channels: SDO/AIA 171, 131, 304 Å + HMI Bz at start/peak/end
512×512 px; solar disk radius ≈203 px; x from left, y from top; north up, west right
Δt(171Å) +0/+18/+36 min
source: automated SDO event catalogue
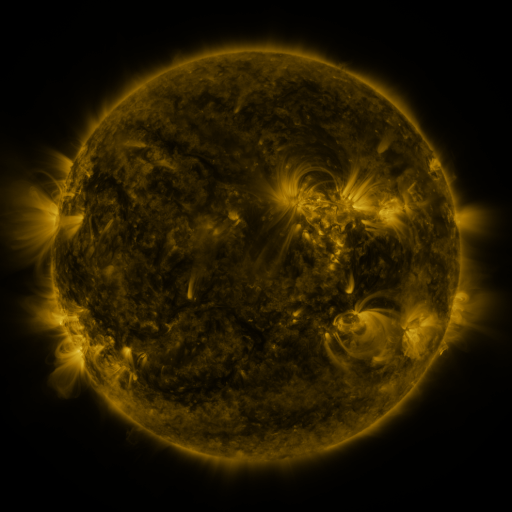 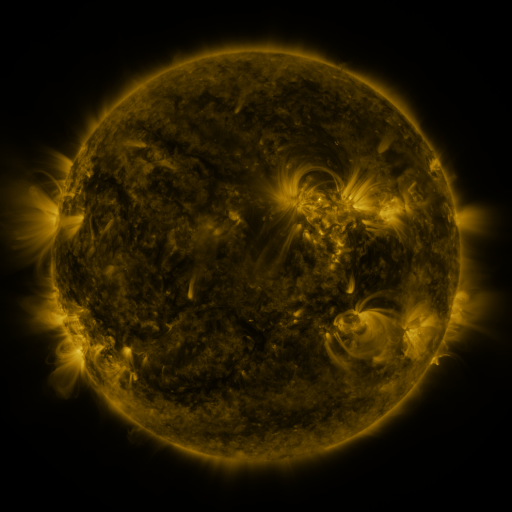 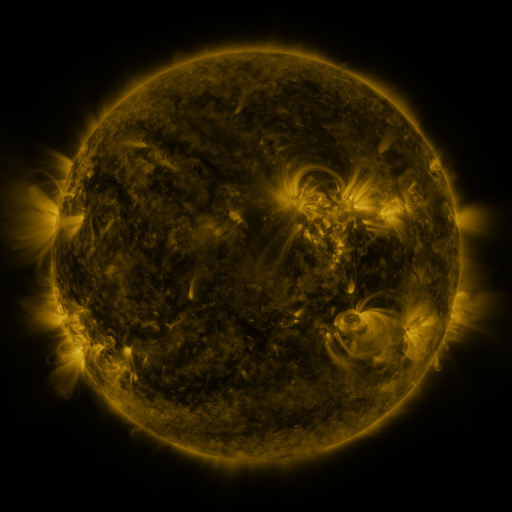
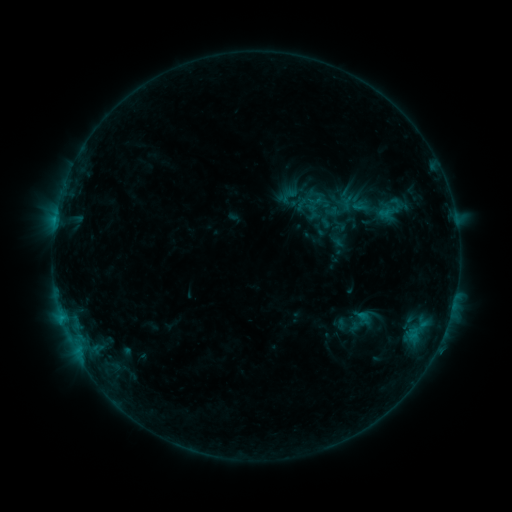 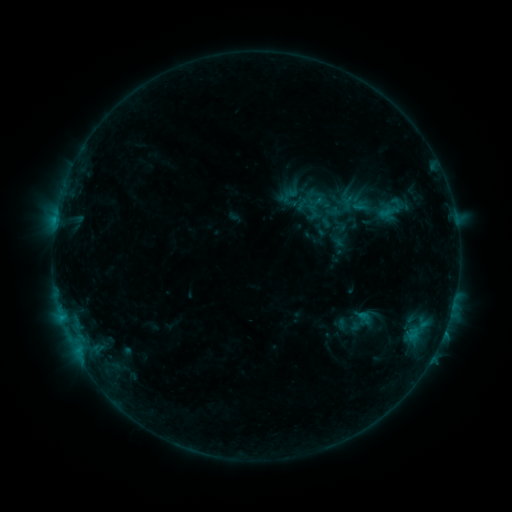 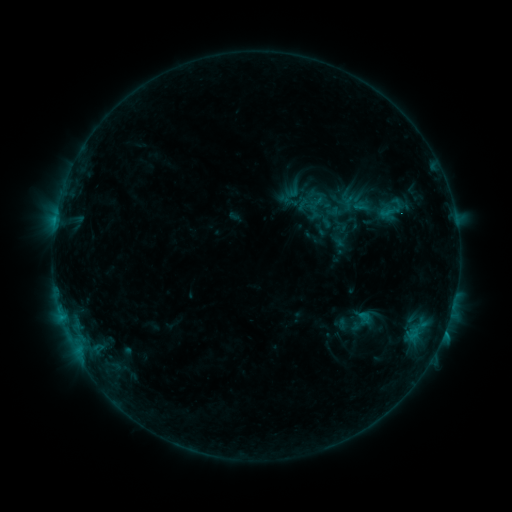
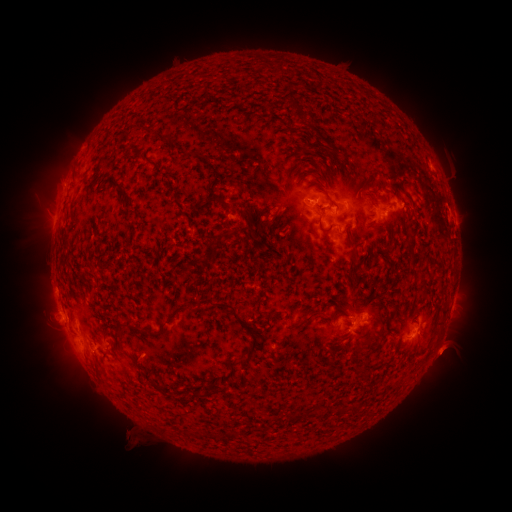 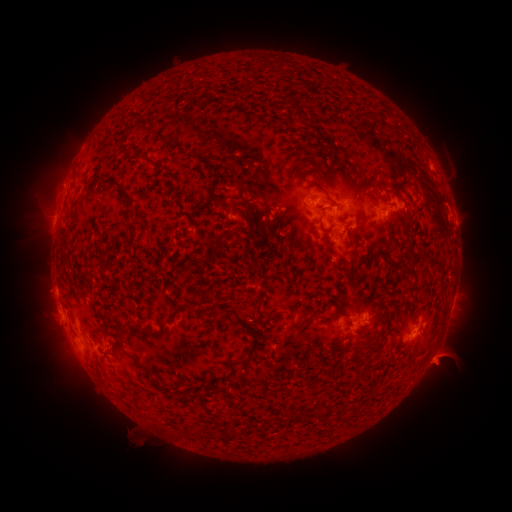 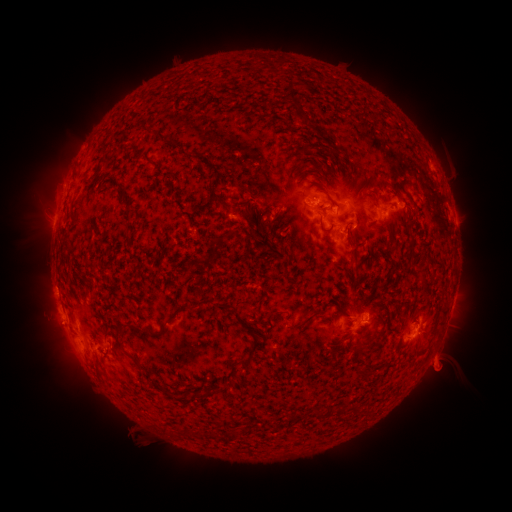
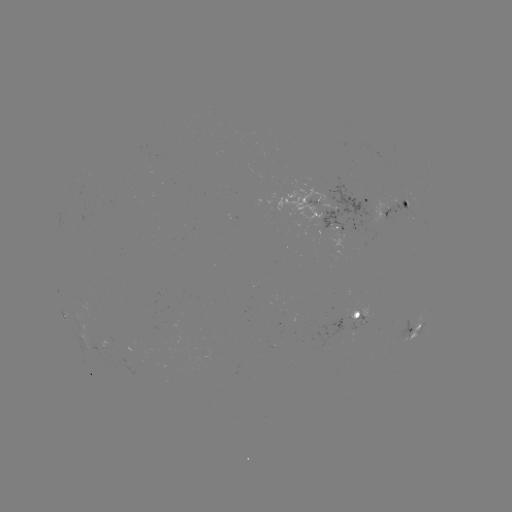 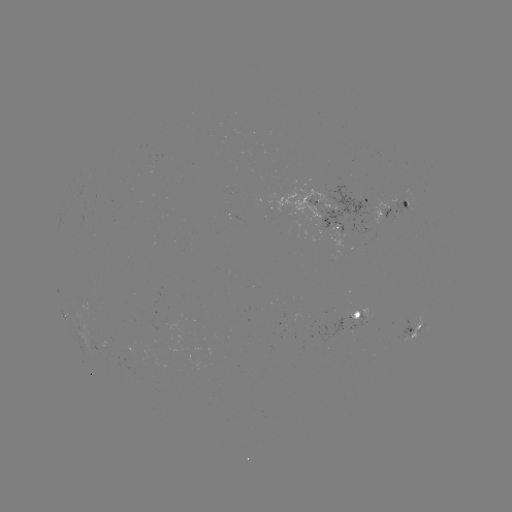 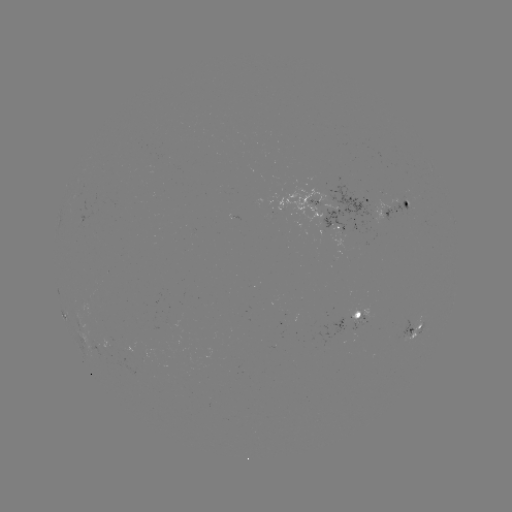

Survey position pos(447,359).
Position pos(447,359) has eruption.